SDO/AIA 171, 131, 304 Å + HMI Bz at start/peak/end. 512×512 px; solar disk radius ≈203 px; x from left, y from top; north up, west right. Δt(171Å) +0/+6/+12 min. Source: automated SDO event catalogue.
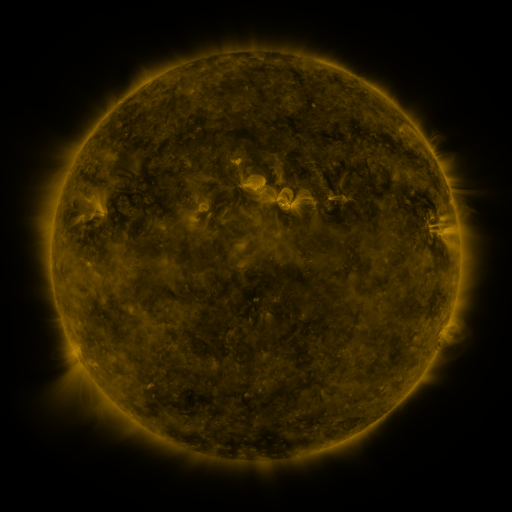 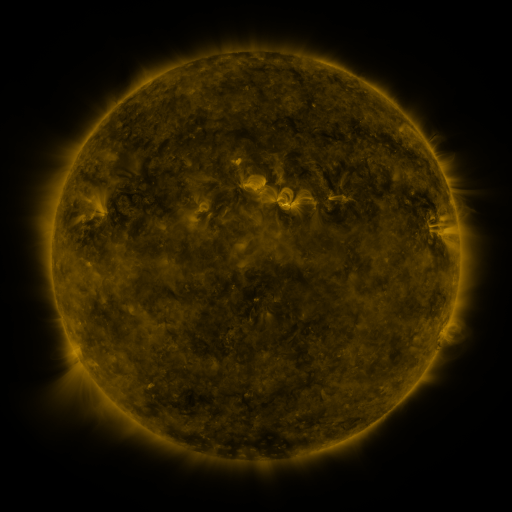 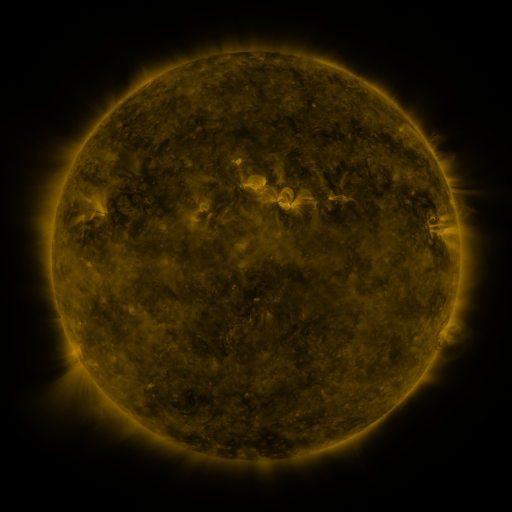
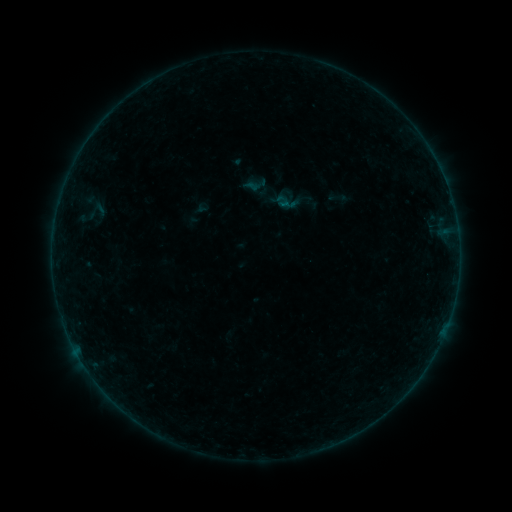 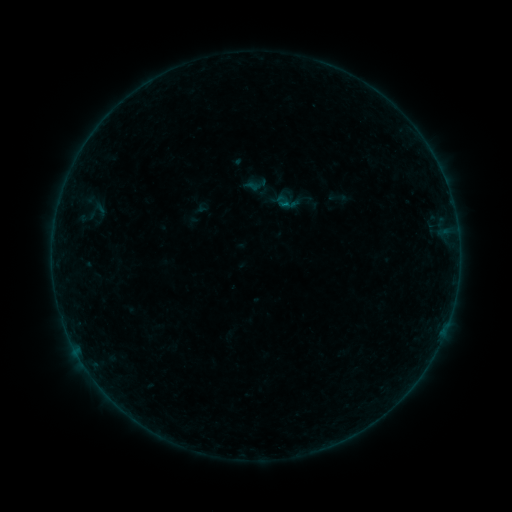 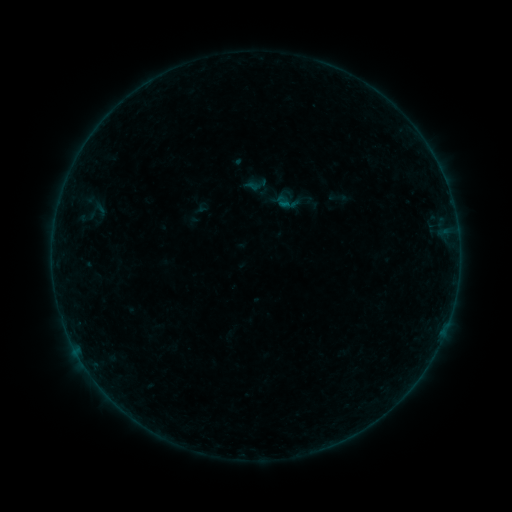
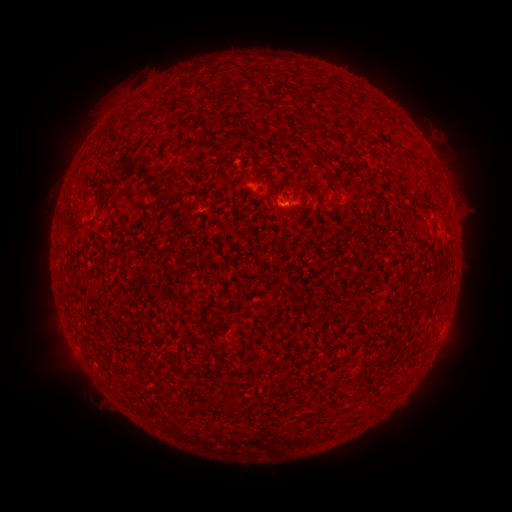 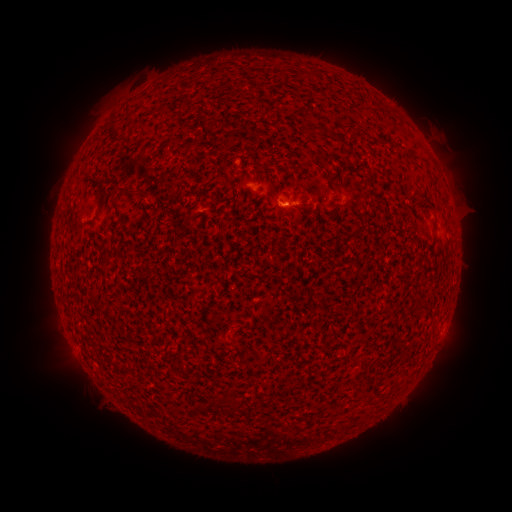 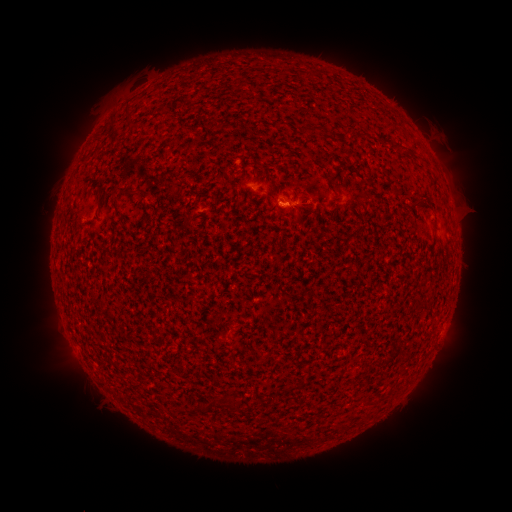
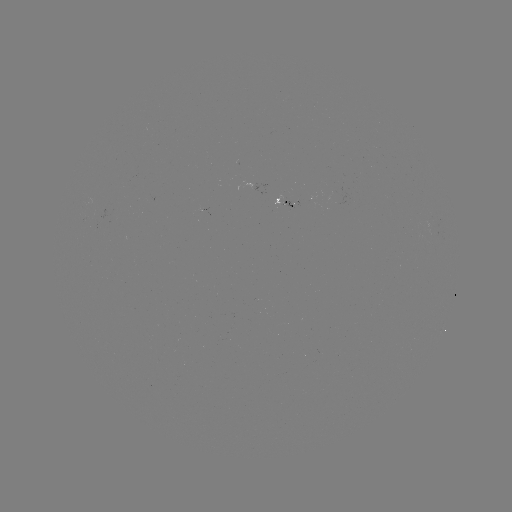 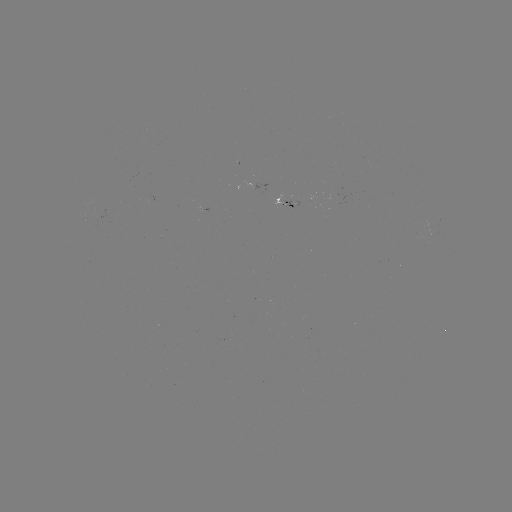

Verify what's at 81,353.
B1.2 flare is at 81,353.